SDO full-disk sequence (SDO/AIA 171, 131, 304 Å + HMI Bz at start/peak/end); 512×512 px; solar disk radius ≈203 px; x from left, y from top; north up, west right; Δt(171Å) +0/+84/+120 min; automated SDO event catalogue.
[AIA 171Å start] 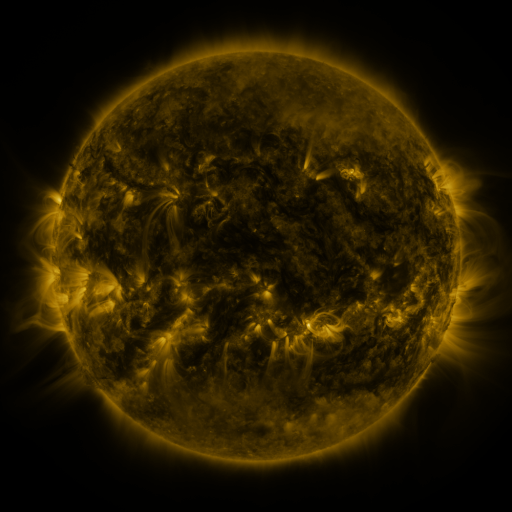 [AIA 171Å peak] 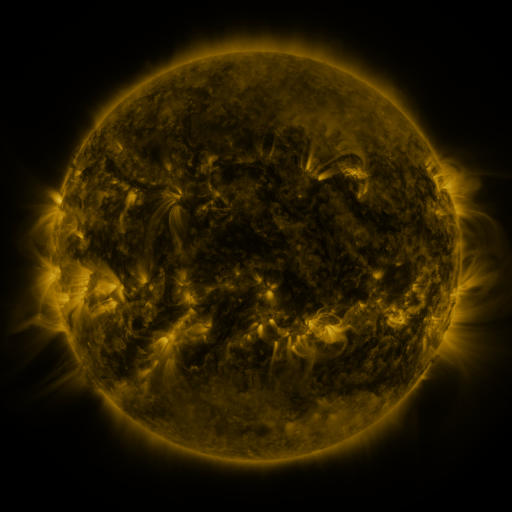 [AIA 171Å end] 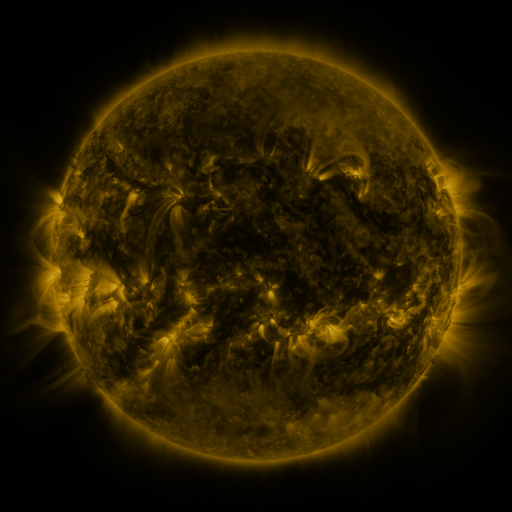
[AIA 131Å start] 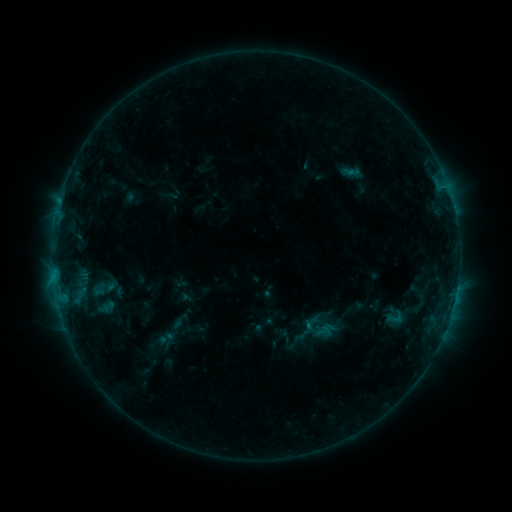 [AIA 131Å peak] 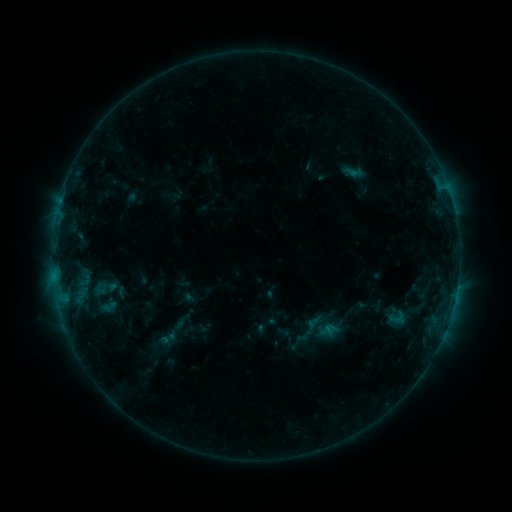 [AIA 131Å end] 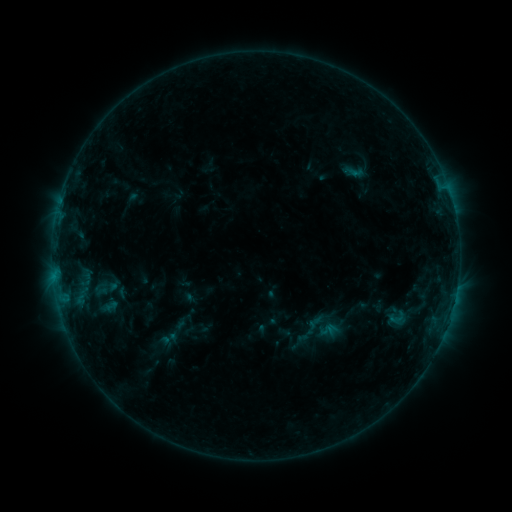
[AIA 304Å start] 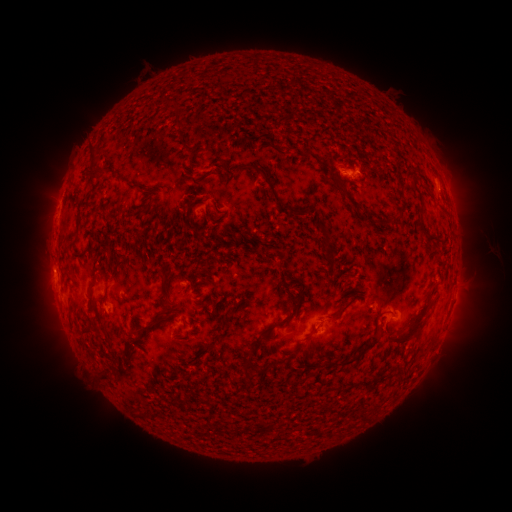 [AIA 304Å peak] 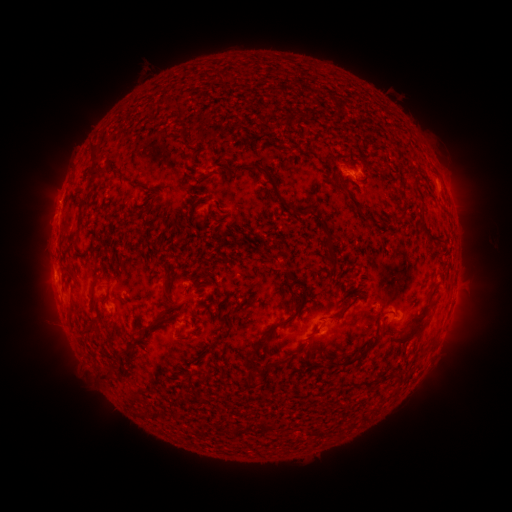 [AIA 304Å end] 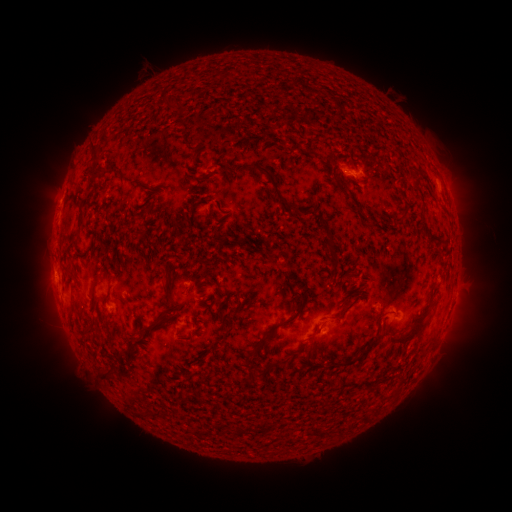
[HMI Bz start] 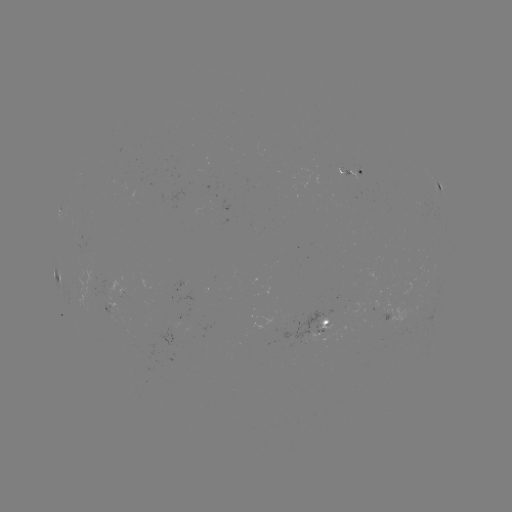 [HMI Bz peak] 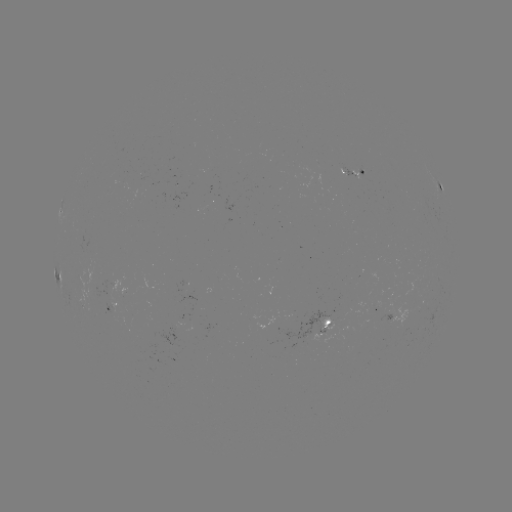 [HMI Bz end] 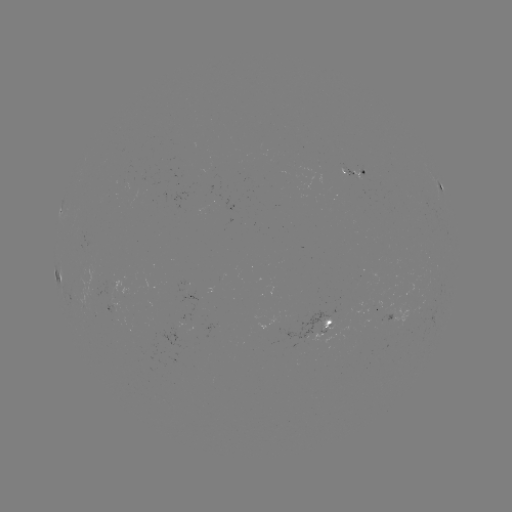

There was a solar emerging-flux region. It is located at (107, 282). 